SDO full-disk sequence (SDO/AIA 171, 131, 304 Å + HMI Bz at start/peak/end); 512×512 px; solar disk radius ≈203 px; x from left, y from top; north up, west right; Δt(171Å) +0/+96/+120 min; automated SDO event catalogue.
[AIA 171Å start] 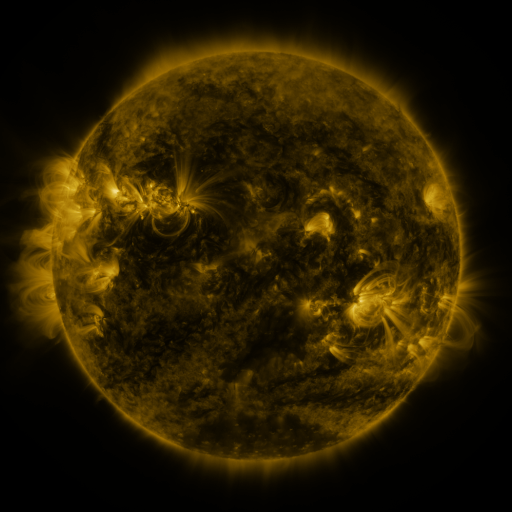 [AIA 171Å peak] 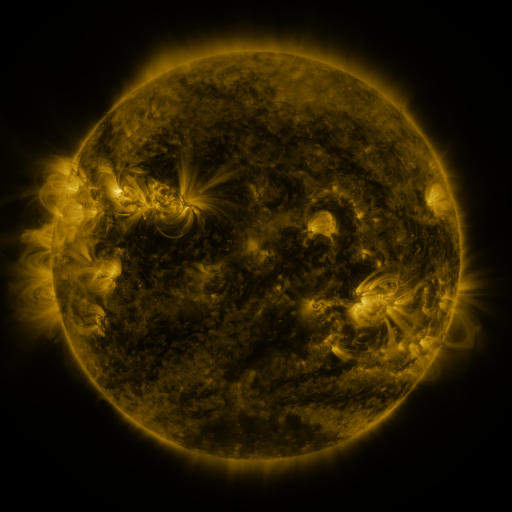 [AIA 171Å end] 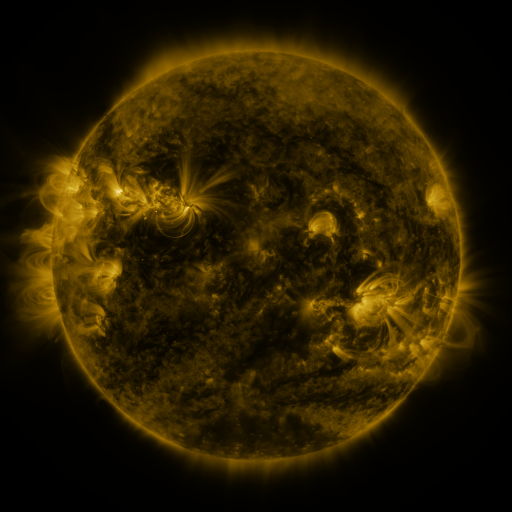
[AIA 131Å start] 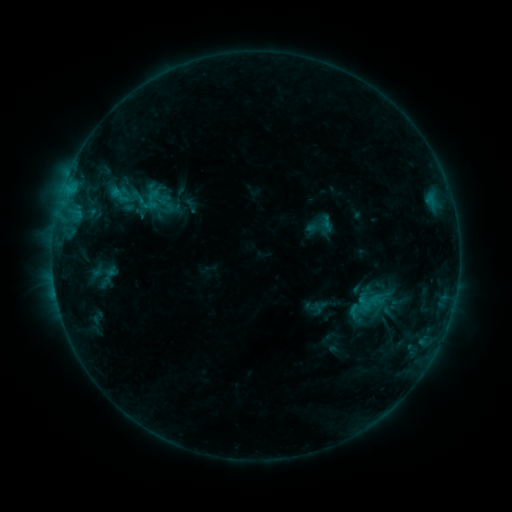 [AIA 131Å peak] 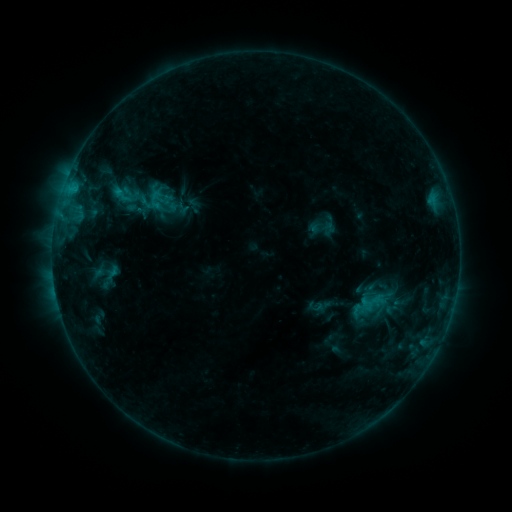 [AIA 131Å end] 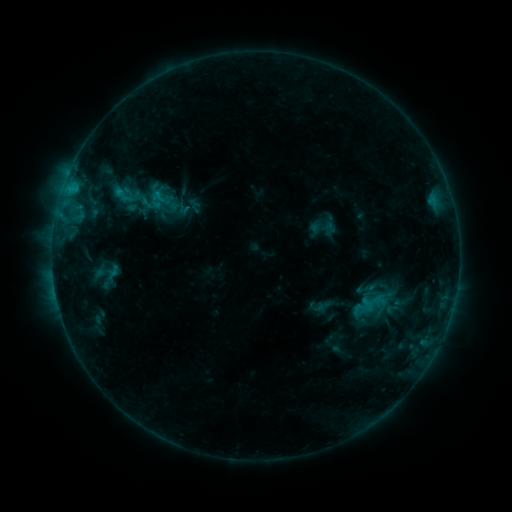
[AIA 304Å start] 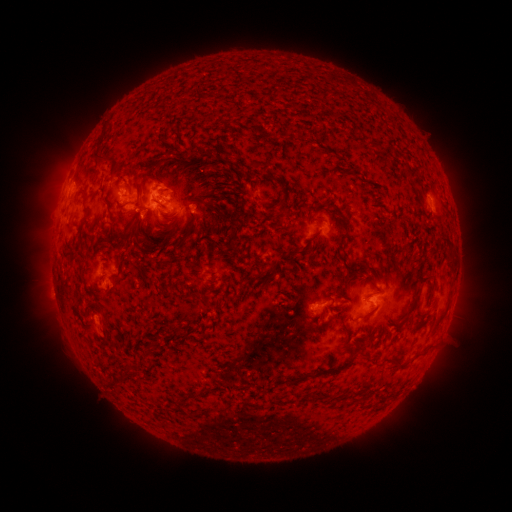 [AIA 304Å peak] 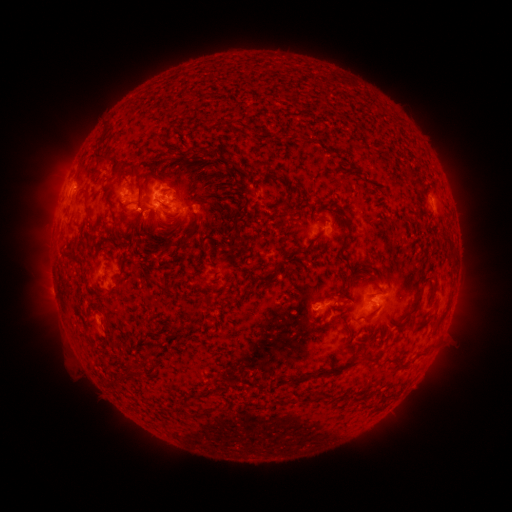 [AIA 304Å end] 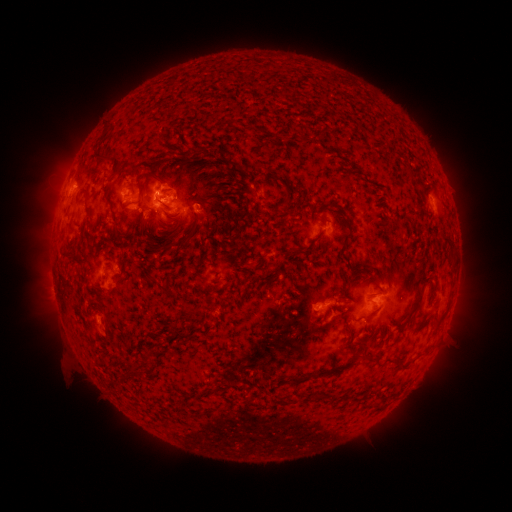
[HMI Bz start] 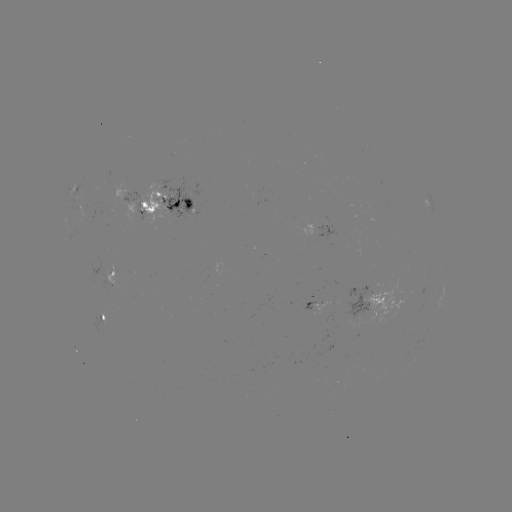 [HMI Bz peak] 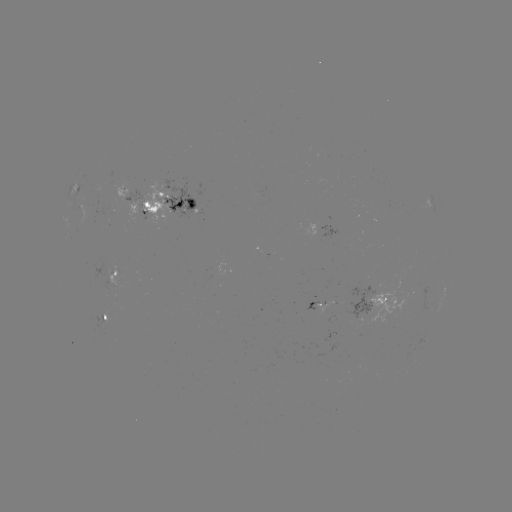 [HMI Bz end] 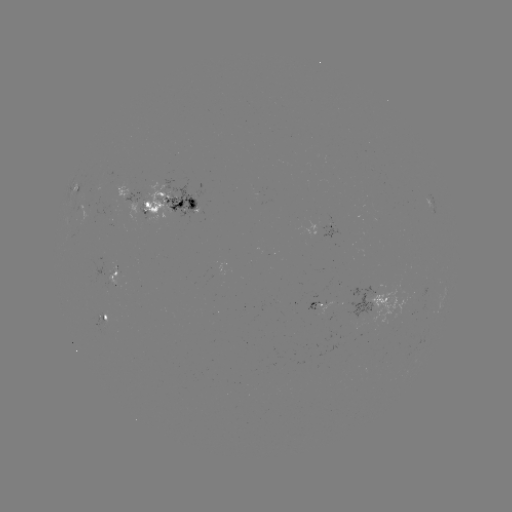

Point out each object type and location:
emerging-flux region: (331, 228)
